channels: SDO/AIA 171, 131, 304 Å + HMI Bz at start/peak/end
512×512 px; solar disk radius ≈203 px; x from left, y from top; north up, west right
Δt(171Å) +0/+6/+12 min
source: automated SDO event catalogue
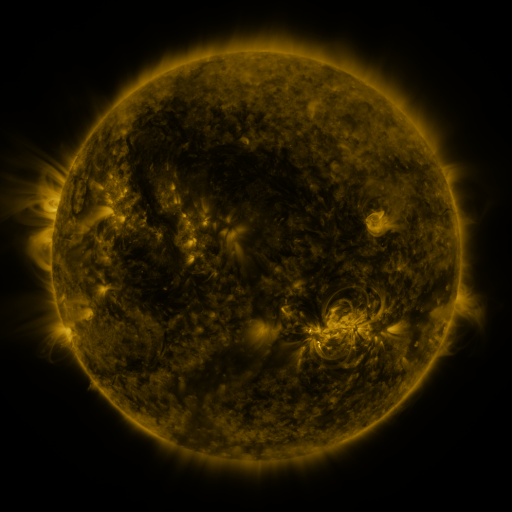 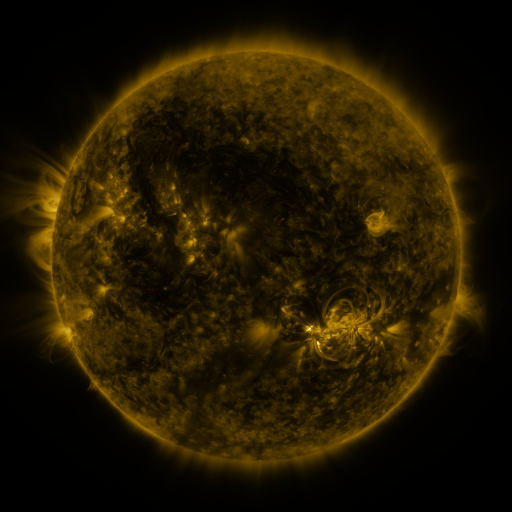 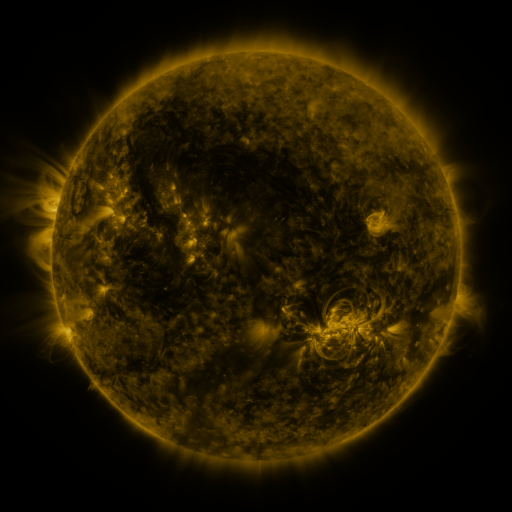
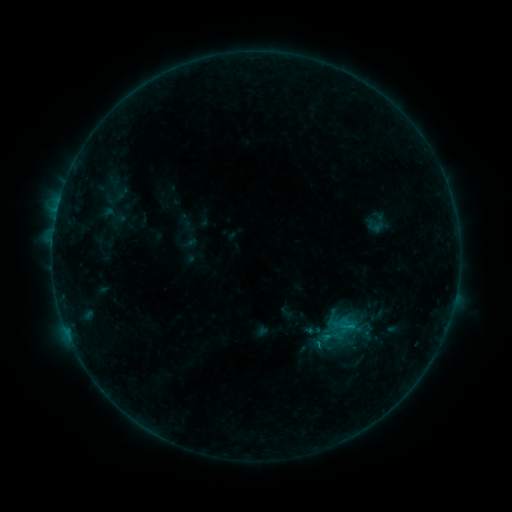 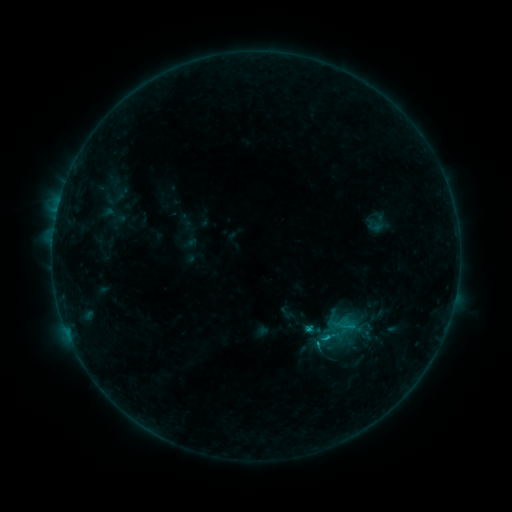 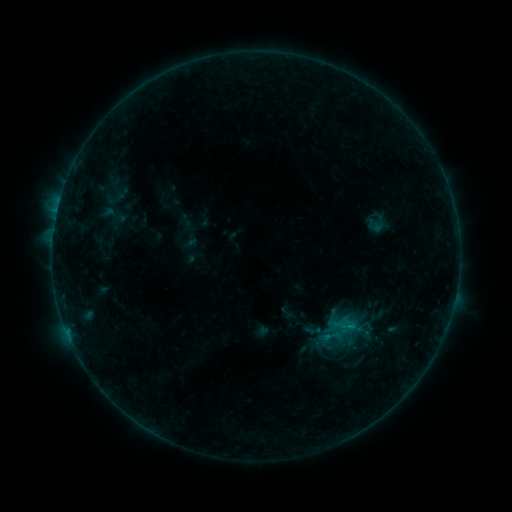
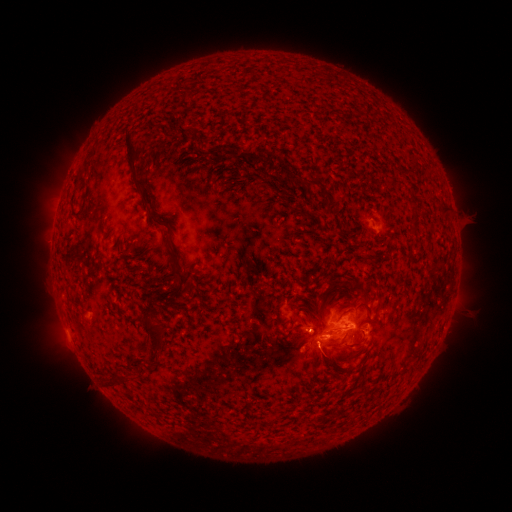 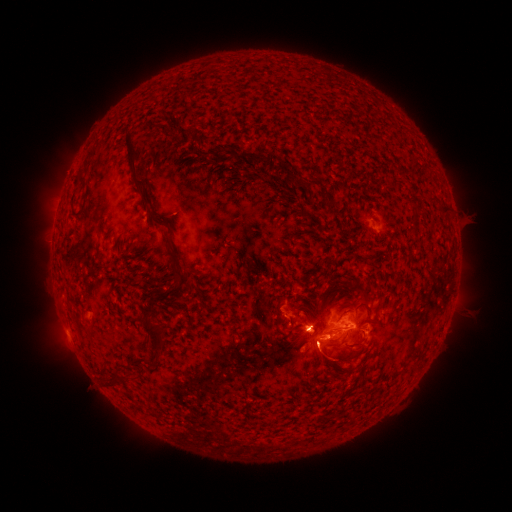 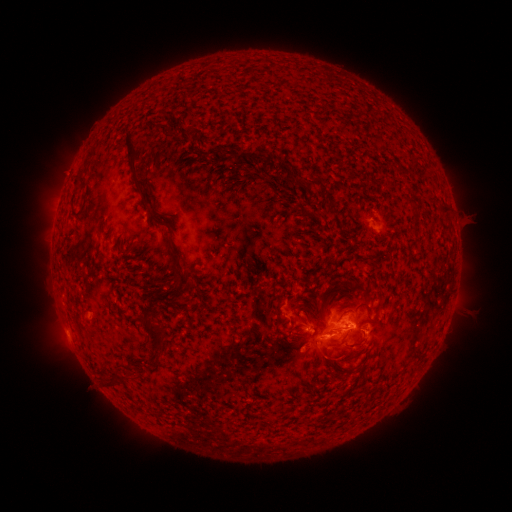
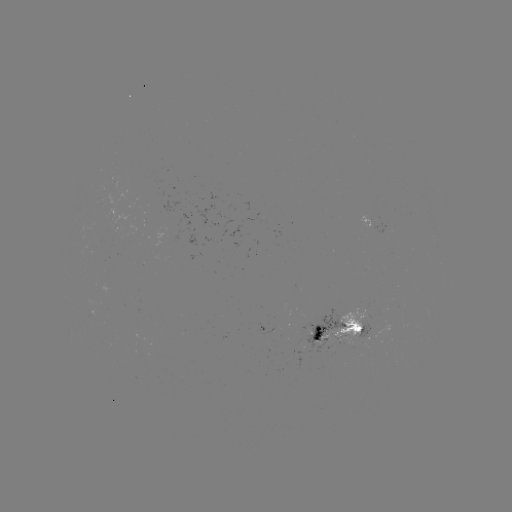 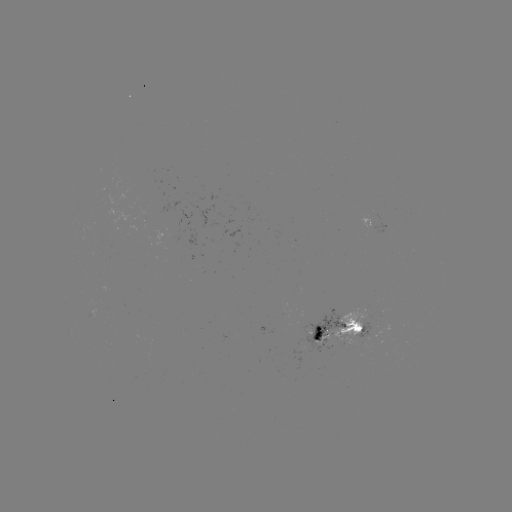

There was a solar flare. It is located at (325, 337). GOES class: B9.7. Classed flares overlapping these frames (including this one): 1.